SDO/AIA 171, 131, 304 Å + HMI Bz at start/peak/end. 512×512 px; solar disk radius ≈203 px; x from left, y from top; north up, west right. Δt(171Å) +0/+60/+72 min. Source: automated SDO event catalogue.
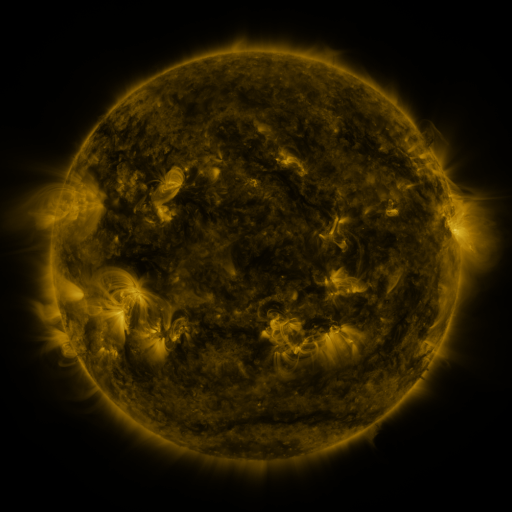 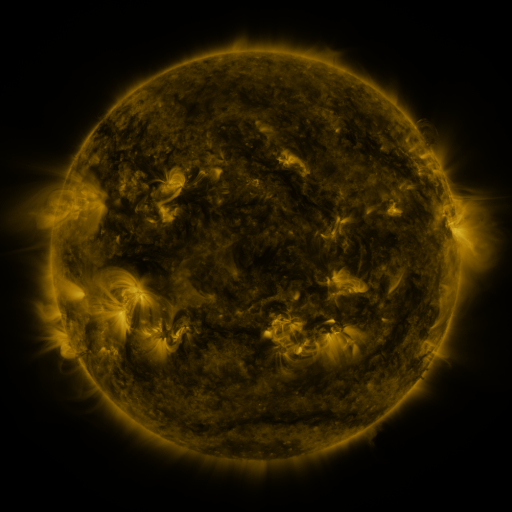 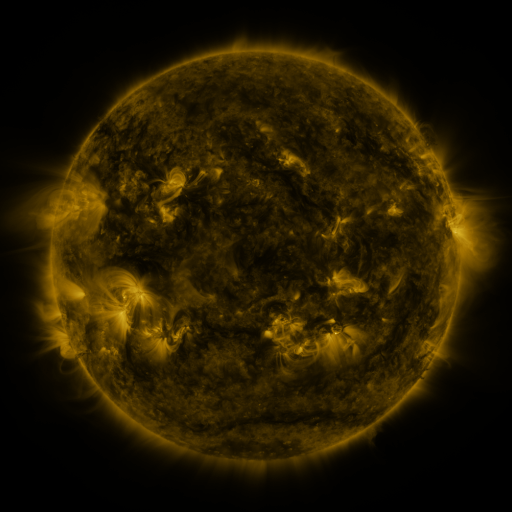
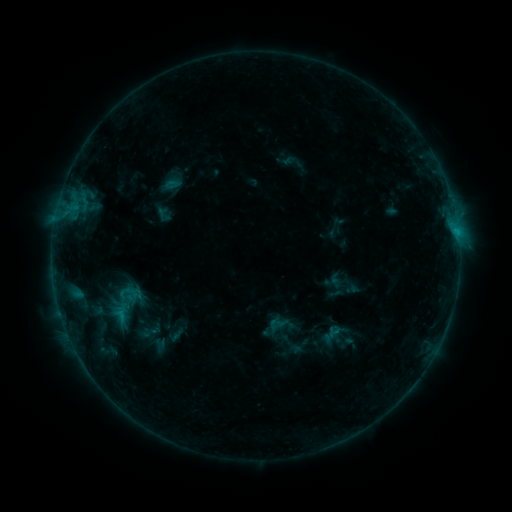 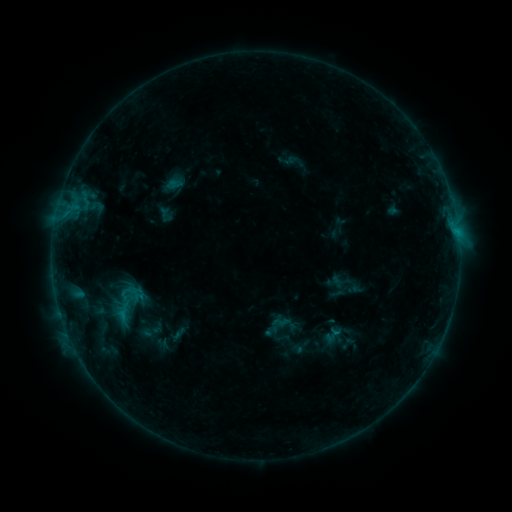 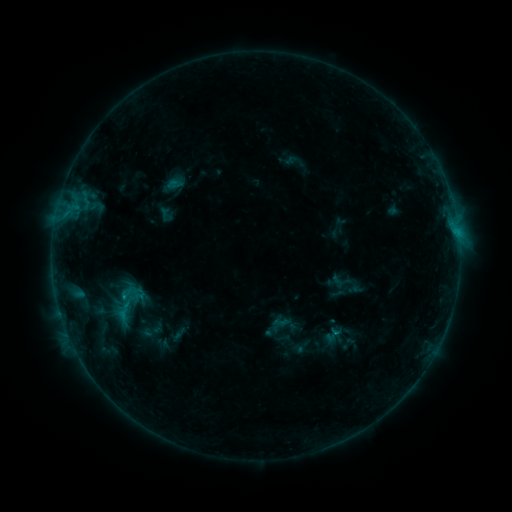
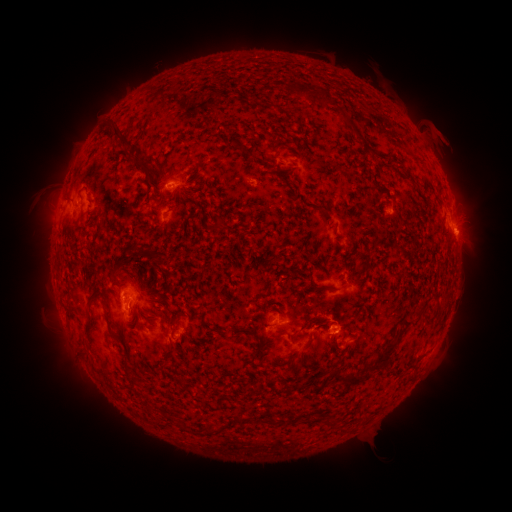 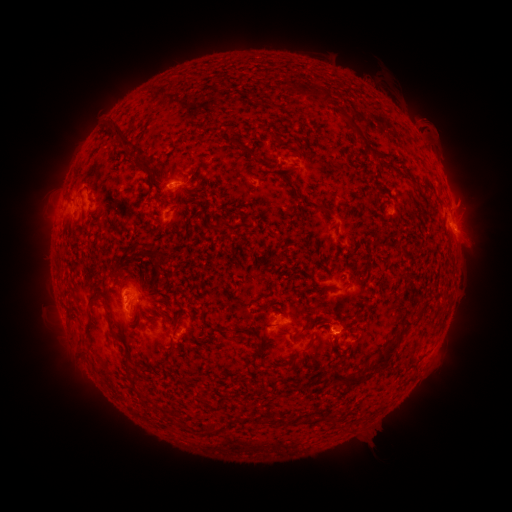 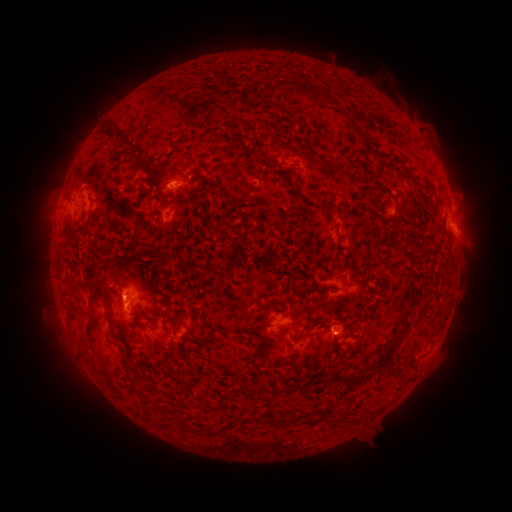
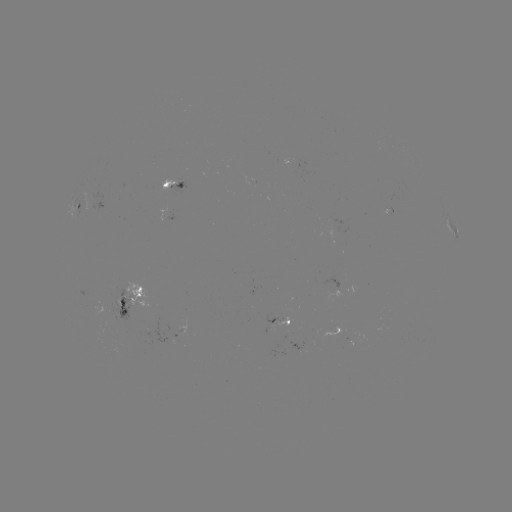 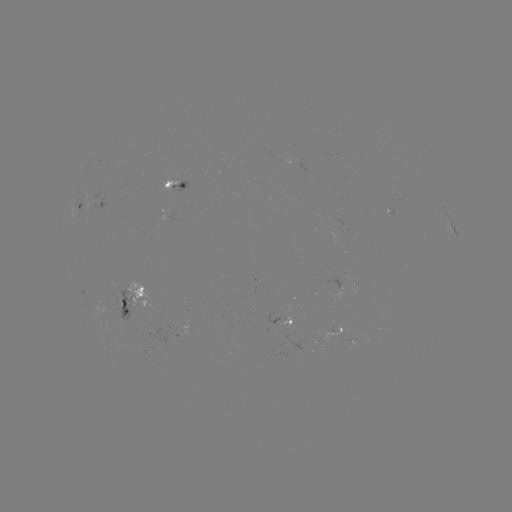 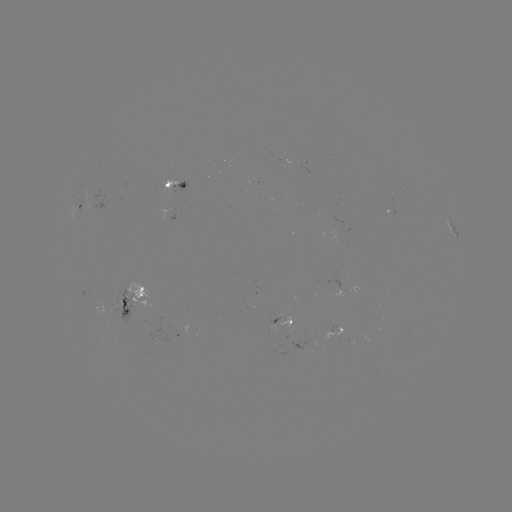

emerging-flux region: [278, 318, 292, 327]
